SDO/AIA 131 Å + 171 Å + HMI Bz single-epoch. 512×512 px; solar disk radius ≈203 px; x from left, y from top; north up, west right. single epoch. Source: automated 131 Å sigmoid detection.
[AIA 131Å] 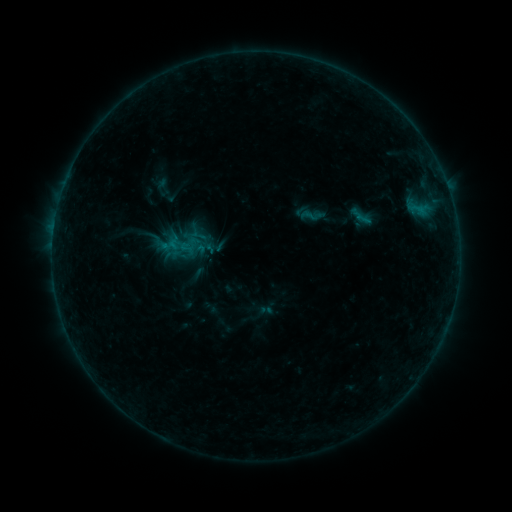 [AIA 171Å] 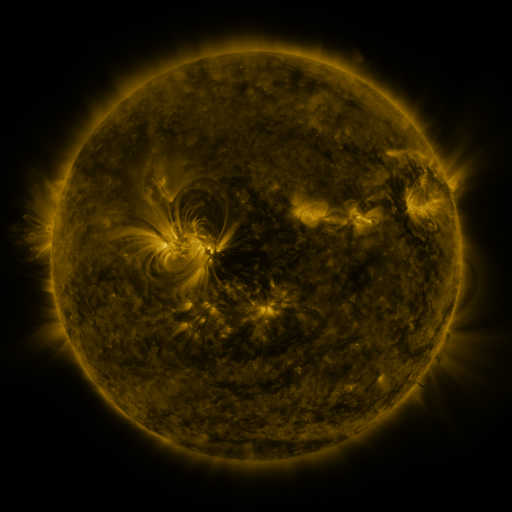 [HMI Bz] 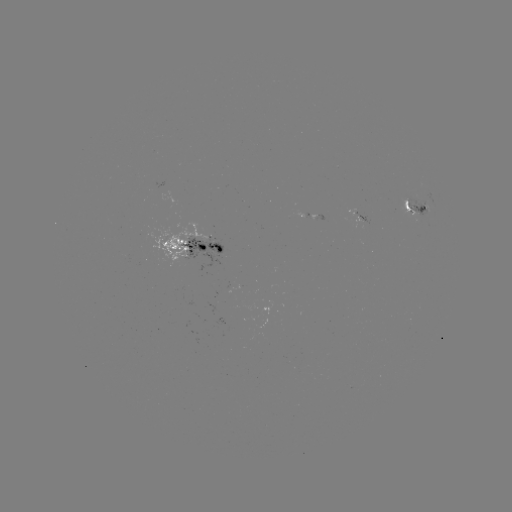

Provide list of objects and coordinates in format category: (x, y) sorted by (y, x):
sigmoid: (201, 237)
